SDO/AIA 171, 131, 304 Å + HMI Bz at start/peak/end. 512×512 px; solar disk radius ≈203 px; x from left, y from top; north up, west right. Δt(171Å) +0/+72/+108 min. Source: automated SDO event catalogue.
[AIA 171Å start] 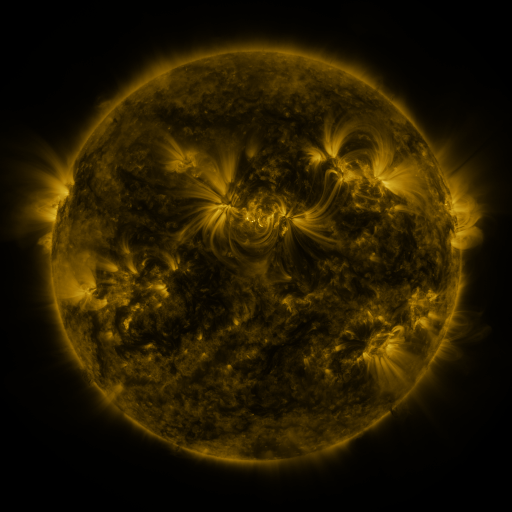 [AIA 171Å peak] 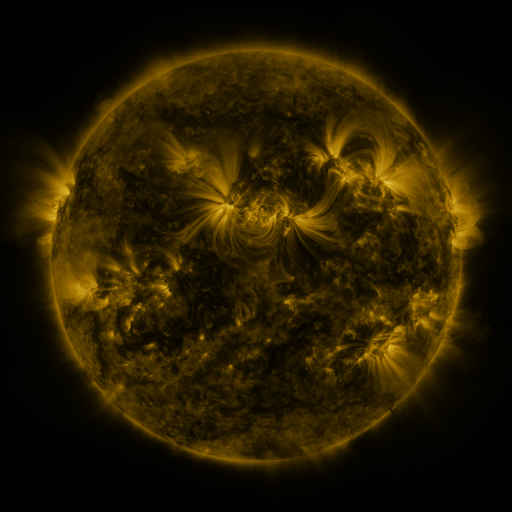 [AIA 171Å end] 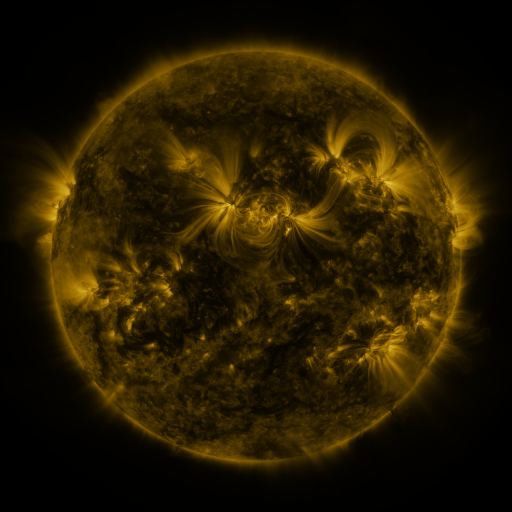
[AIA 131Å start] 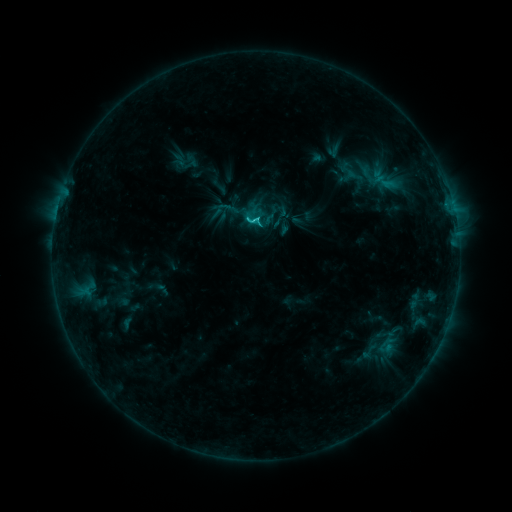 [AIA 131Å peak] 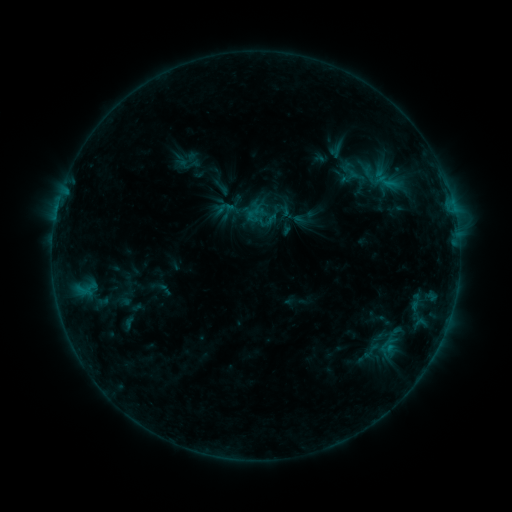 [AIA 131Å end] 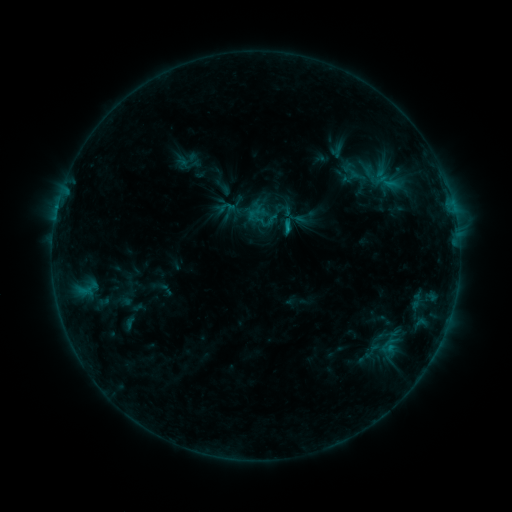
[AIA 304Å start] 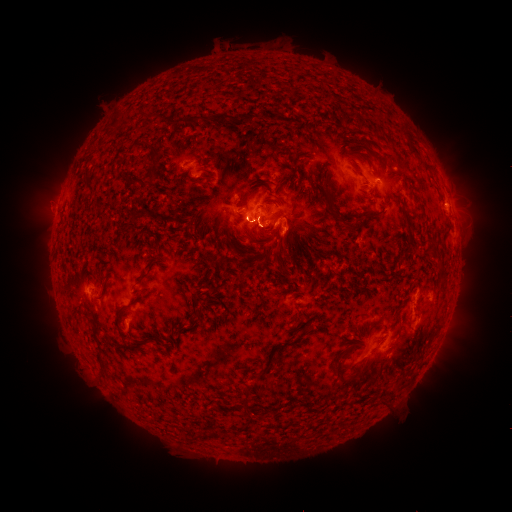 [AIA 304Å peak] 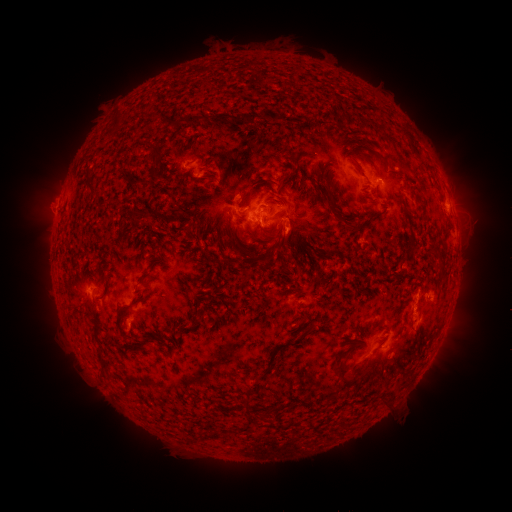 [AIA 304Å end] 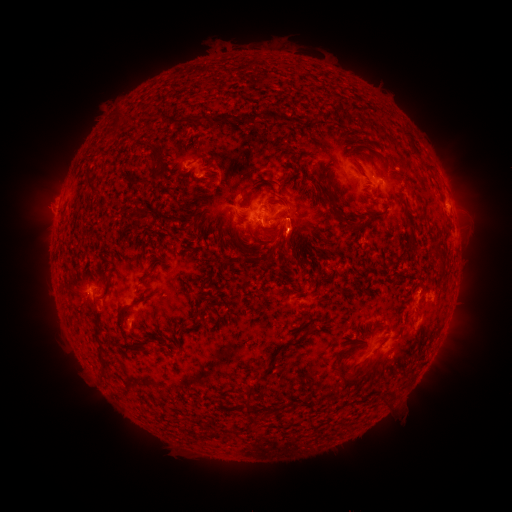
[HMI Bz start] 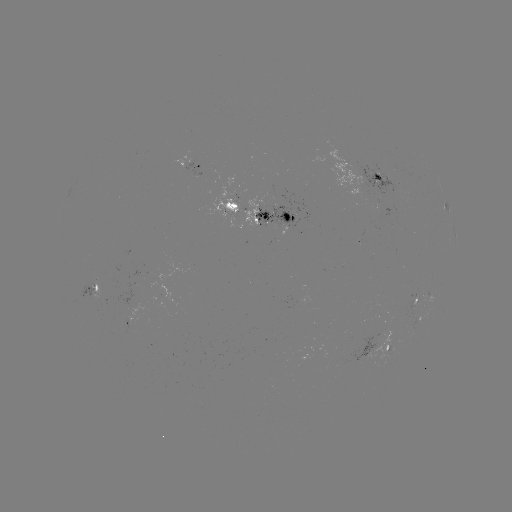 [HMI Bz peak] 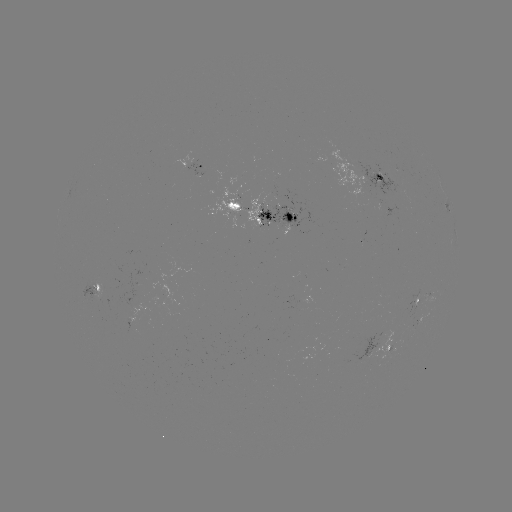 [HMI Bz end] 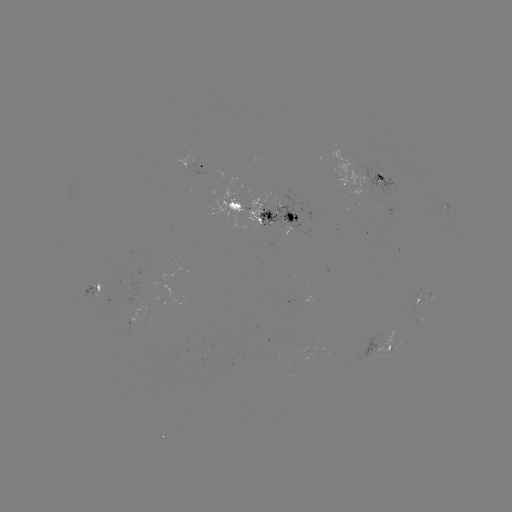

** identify emerging-flux region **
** [372, 181] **